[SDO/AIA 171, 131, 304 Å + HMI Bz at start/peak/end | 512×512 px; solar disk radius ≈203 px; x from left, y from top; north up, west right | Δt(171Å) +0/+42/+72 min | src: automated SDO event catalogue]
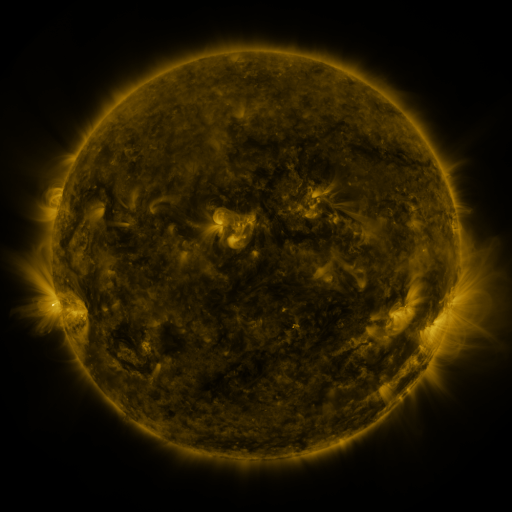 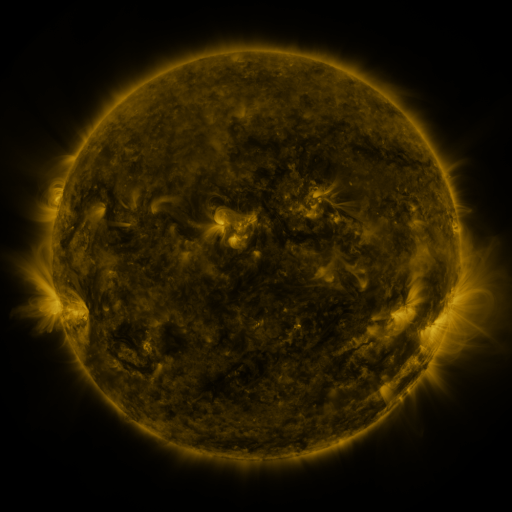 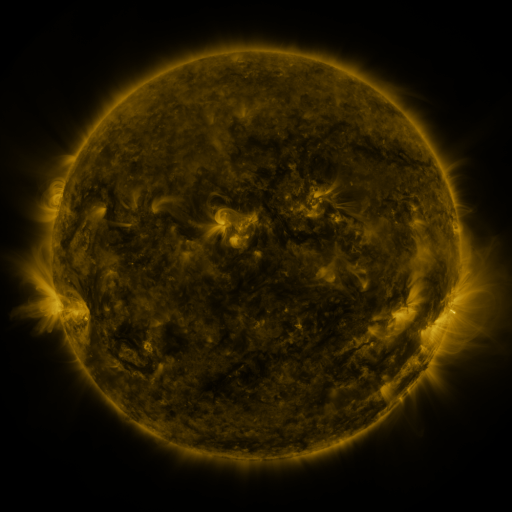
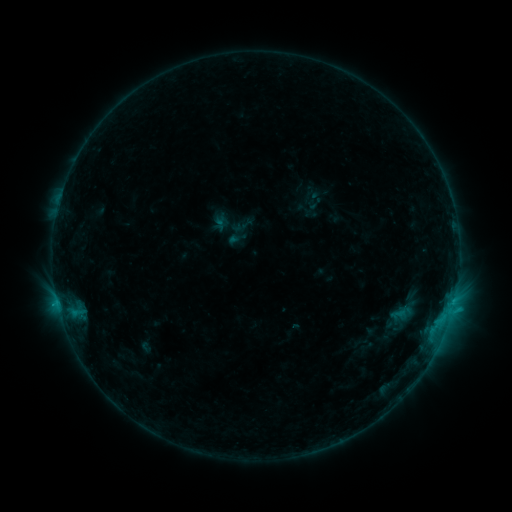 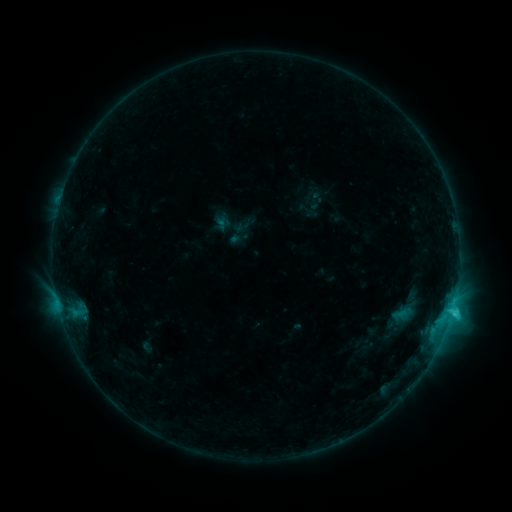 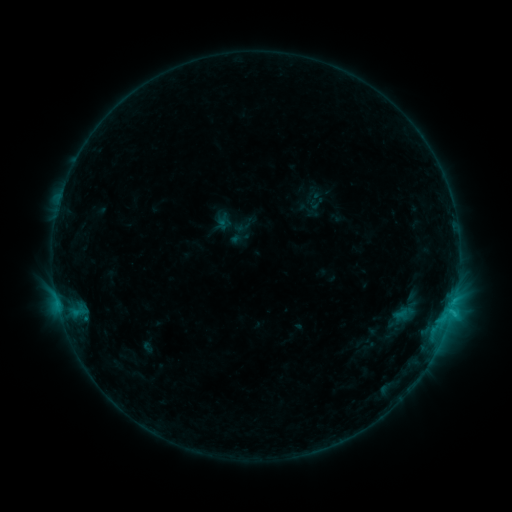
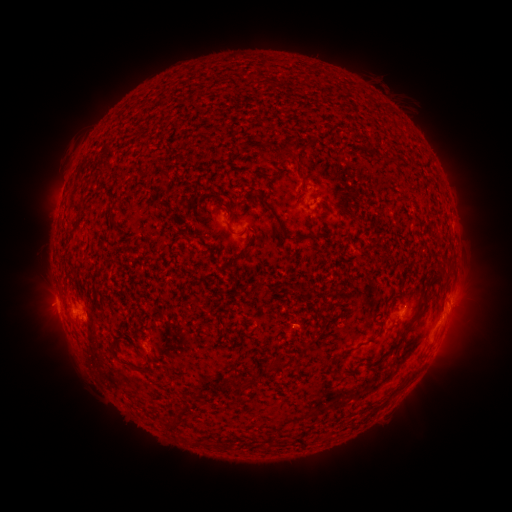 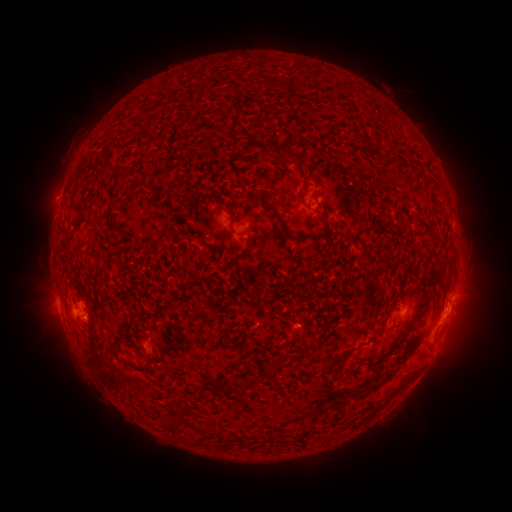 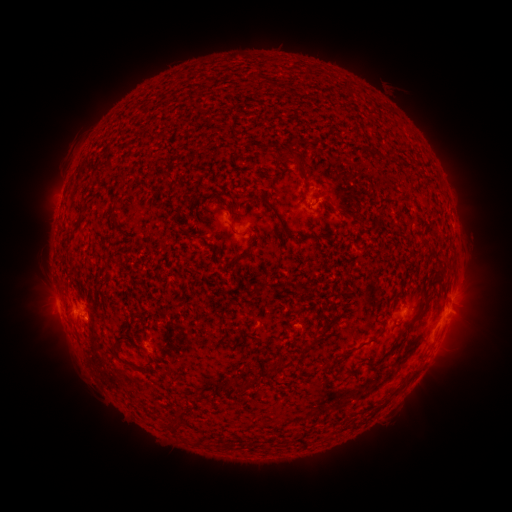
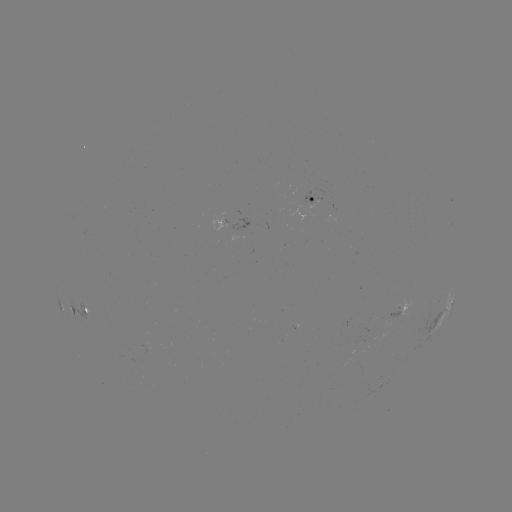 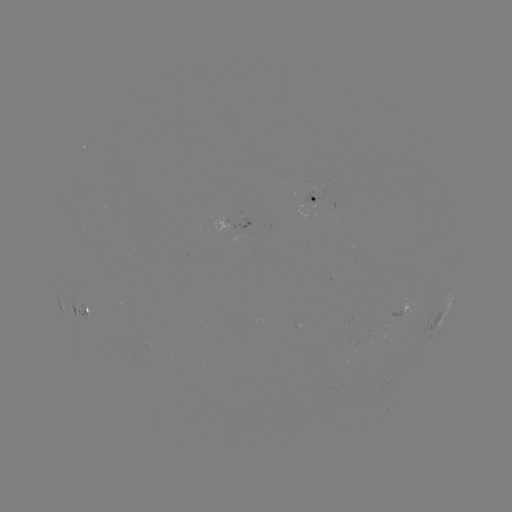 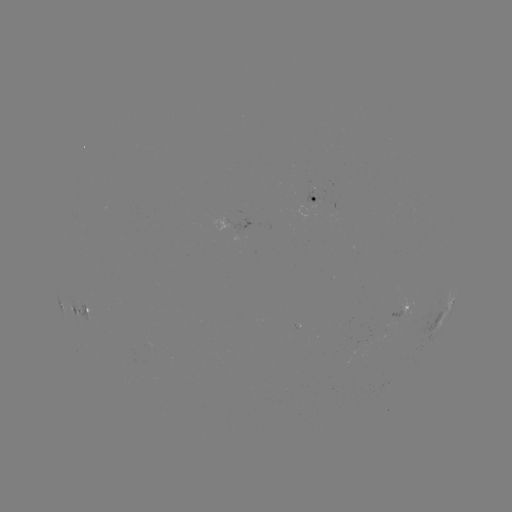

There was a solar flare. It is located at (451, 309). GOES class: C2.1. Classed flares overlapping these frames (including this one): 1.